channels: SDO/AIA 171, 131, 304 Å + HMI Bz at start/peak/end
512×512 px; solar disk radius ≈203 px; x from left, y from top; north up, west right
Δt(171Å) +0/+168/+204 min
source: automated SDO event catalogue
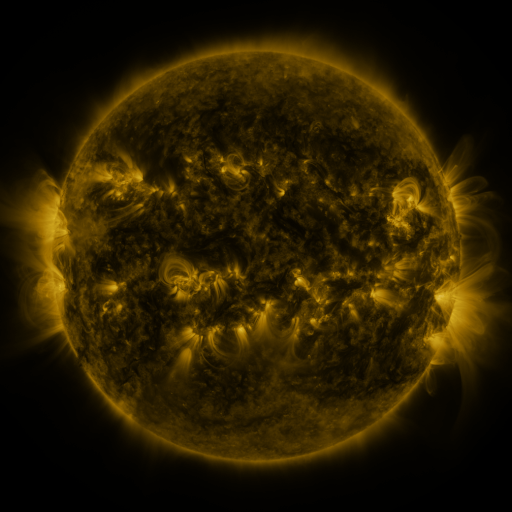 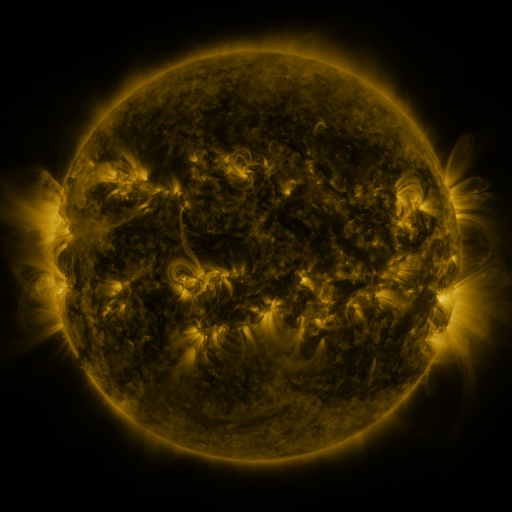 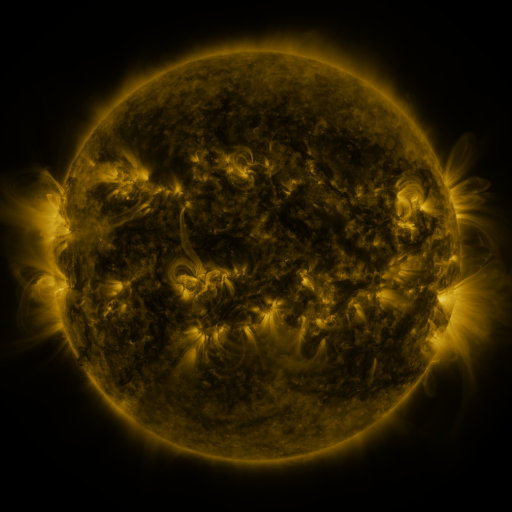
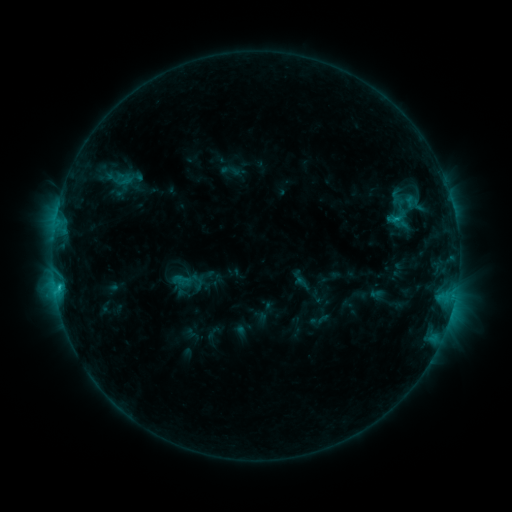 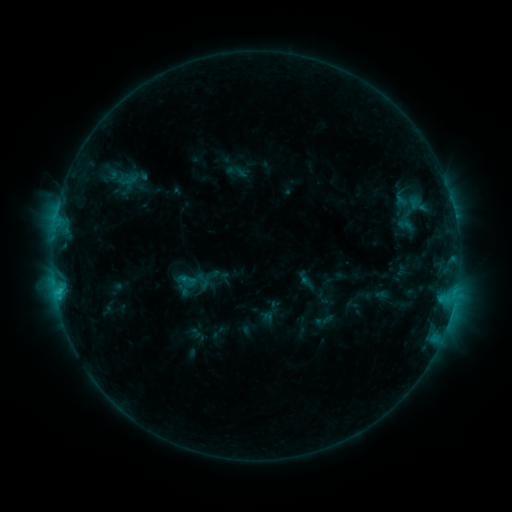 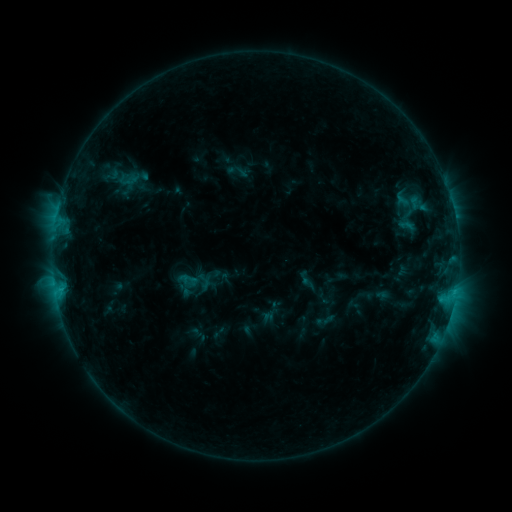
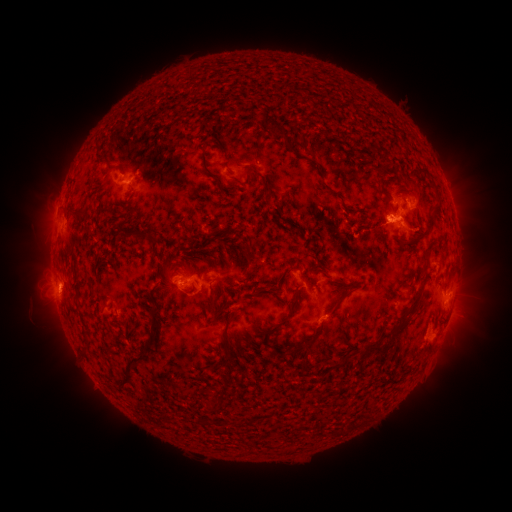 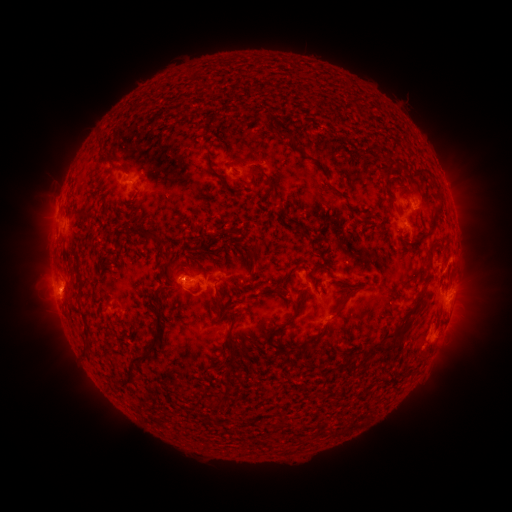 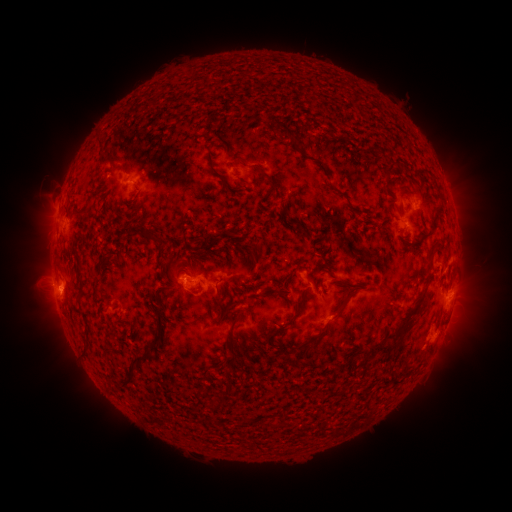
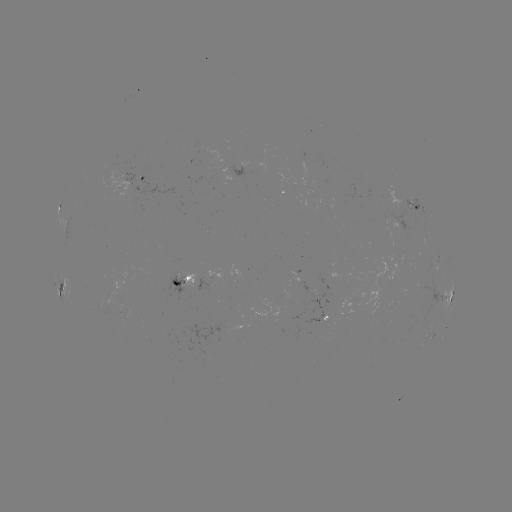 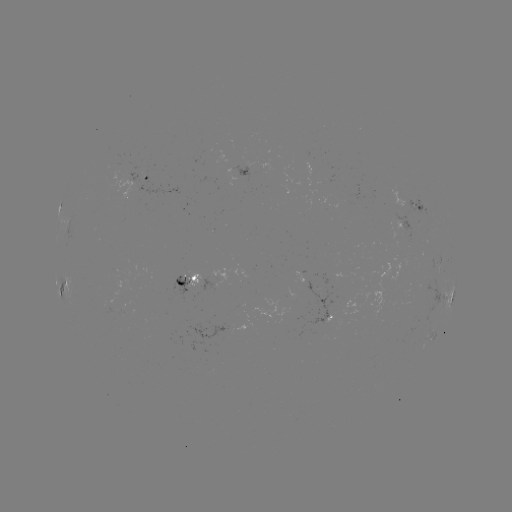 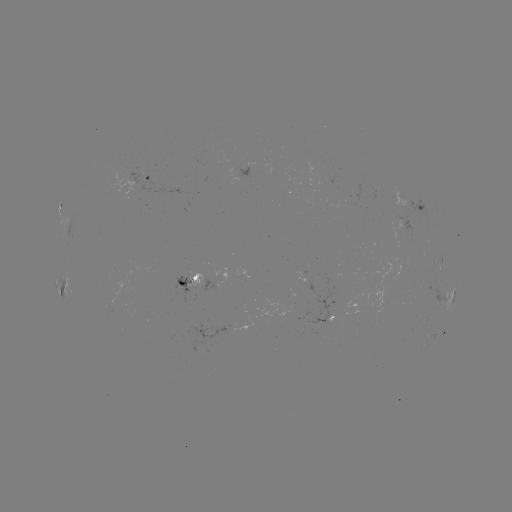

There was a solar emerging-flux region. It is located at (183, 279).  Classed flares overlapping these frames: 1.